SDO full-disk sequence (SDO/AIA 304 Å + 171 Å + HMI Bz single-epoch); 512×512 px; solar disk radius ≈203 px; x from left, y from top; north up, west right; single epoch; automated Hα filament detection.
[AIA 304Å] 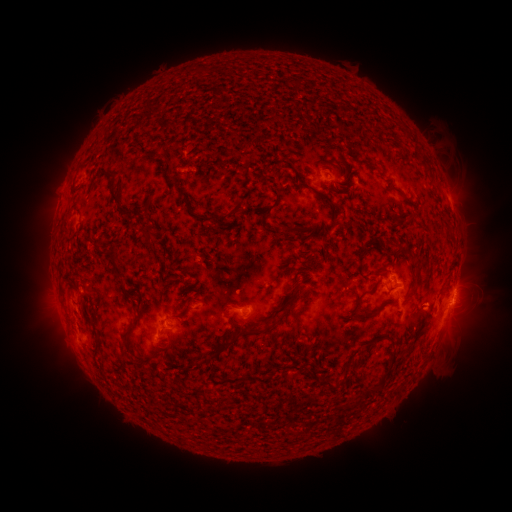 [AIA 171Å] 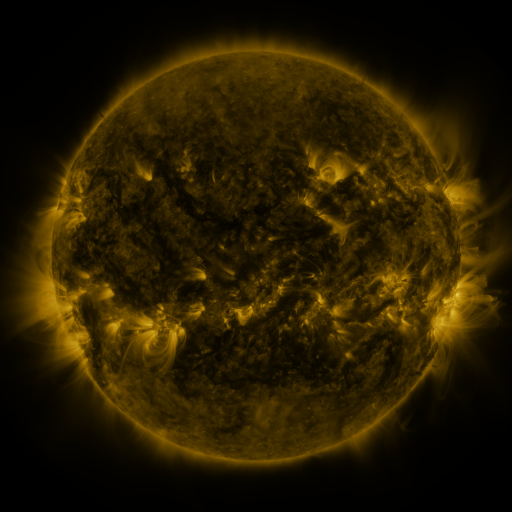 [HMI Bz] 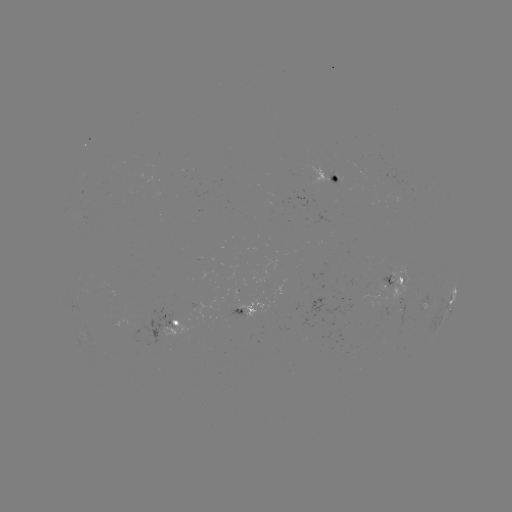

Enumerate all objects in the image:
filament: (307, 133)
filament: (231, 153)
filament: (157, 158)
filament: (245, 165)
filament: (344, 171)
filament: (356, 178)
filament: (177, 185)
filament: (313, 189)
filament: (113, 199)
filament: (191, 204)
filament: (145, 209)
filament: (235, 211)
filament: (326, 213)
filament: (268, 226)
filament: (144, 235)
filament: (96, 249)
filament: (322, 256)
filament: (113, 257)
filament: (418, 271)
filament: (188, 292)
filament: (360, 295)
filament: (396, 298)
filament: (228, 308)
filament: (279, 311)
filament: (143, 312)
filament: (367, 314)
filament: (184, 315)
filament: (386, 332)
filament: (242, 333)
filament: (172, 343)
filament: (312, 350)
filament: (393, 359)
filament: (140, 366)
filament: (196, 367)
filament: (321, 379)
filament: (377, 387)
